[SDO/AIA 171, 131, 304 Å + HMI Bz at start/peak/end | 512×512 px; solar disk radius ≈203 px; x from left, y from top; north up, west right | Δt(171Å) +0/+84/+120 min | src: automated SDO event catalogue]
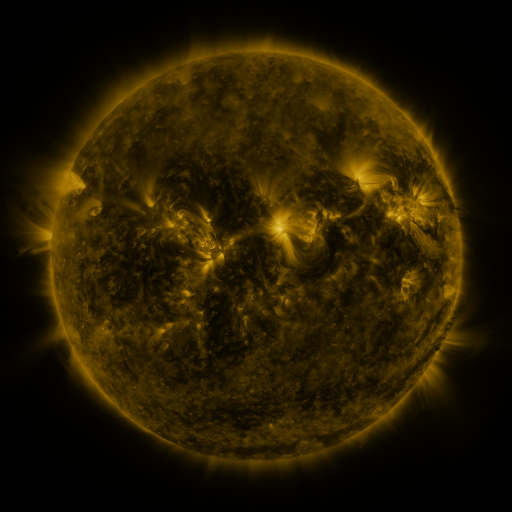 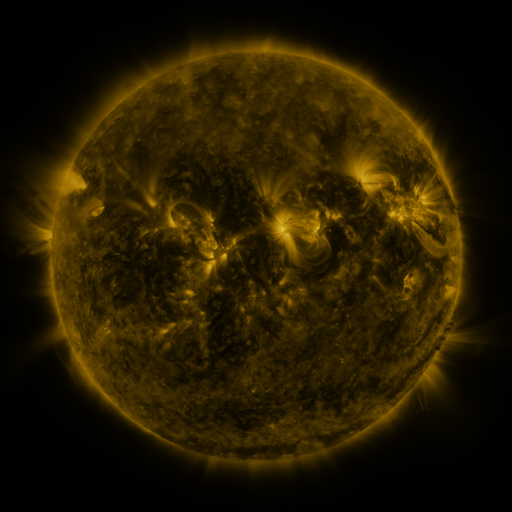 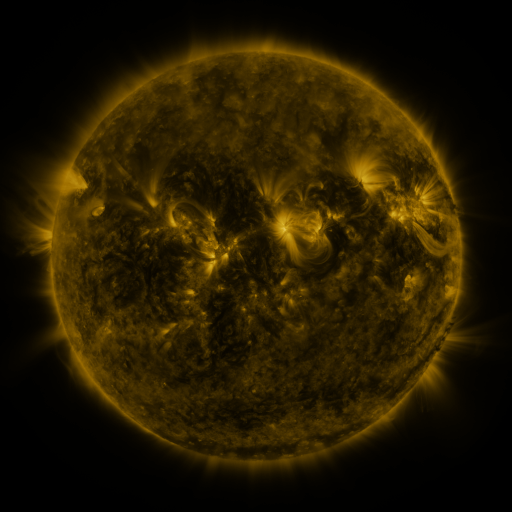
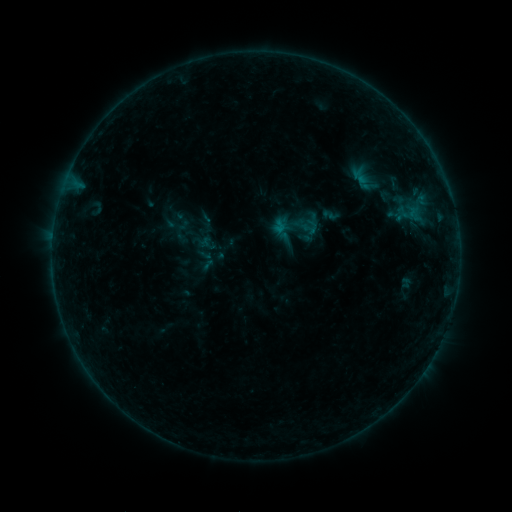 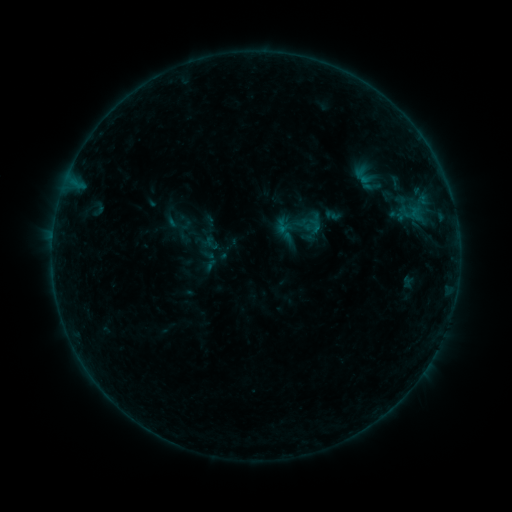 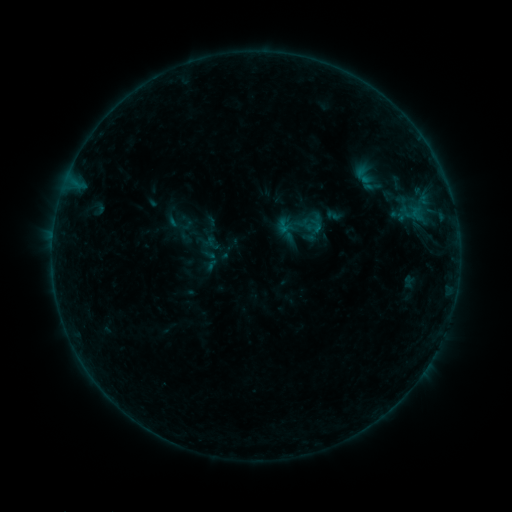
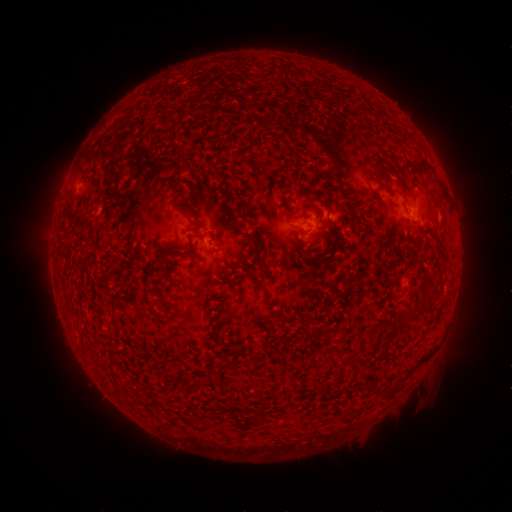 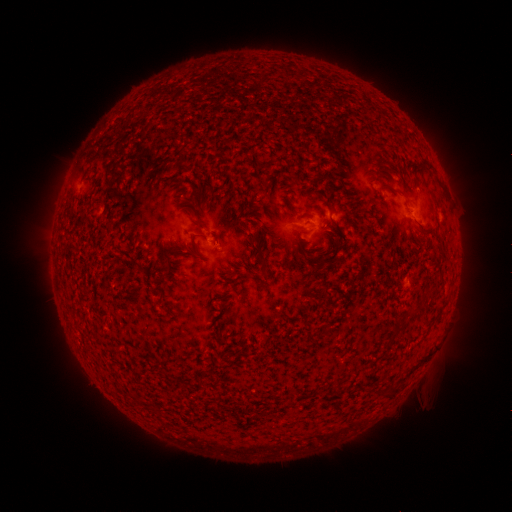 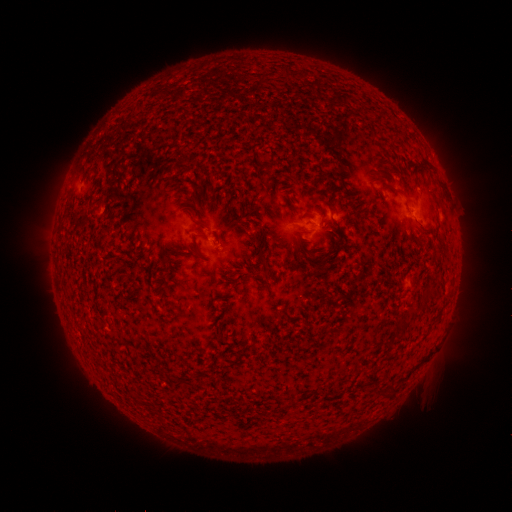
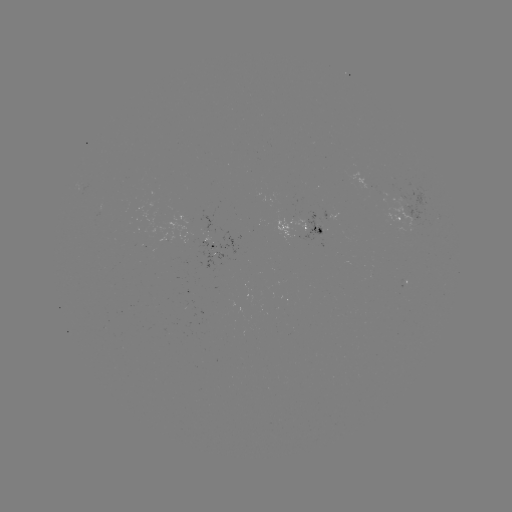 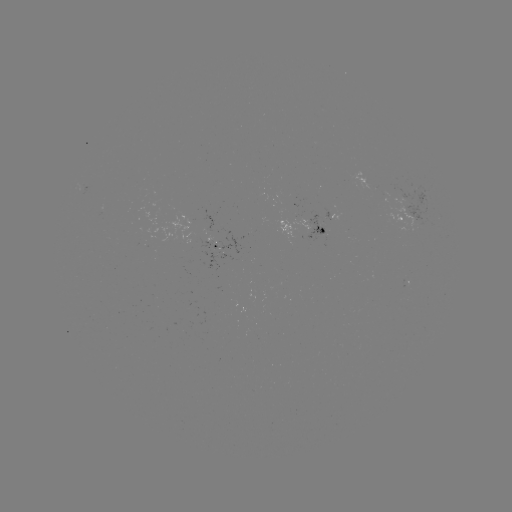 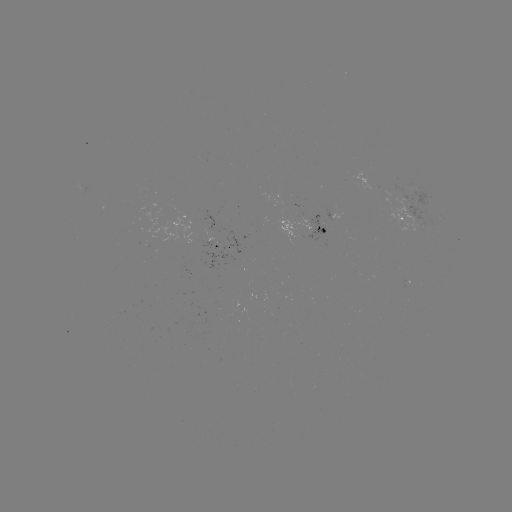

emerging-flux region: (305, 211, 326, 242)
